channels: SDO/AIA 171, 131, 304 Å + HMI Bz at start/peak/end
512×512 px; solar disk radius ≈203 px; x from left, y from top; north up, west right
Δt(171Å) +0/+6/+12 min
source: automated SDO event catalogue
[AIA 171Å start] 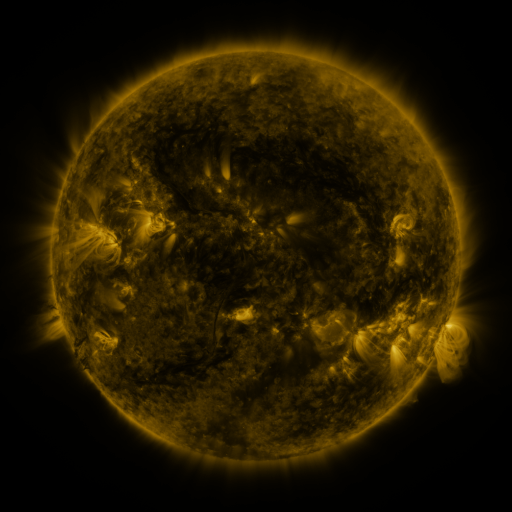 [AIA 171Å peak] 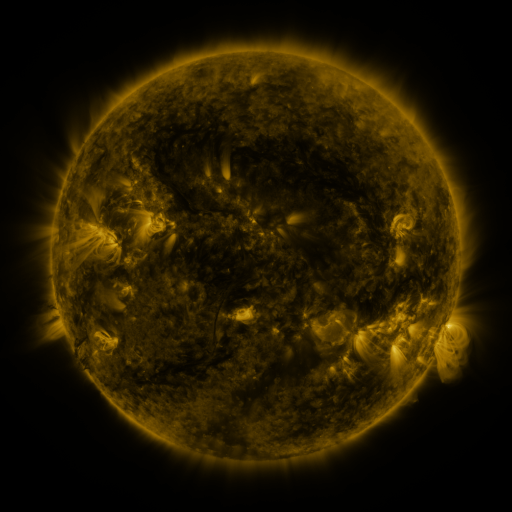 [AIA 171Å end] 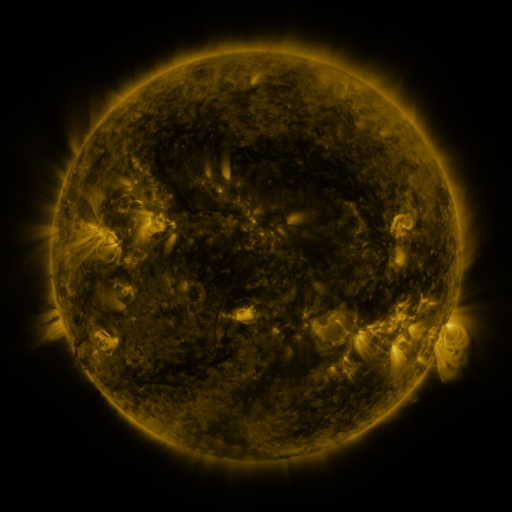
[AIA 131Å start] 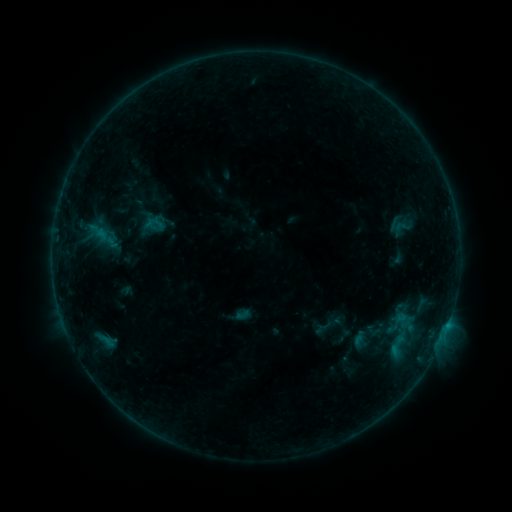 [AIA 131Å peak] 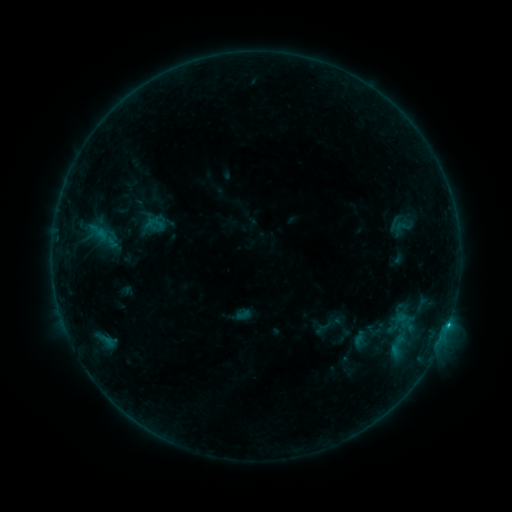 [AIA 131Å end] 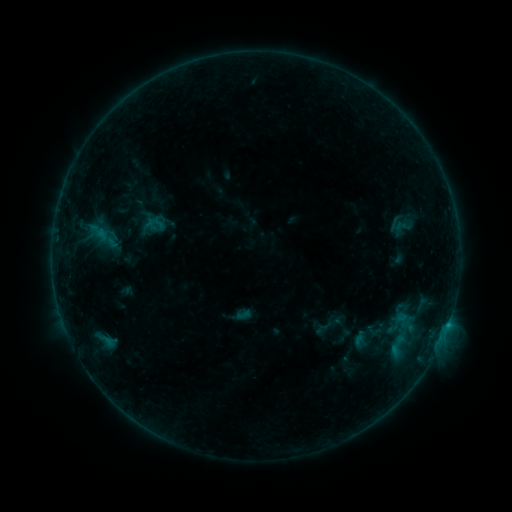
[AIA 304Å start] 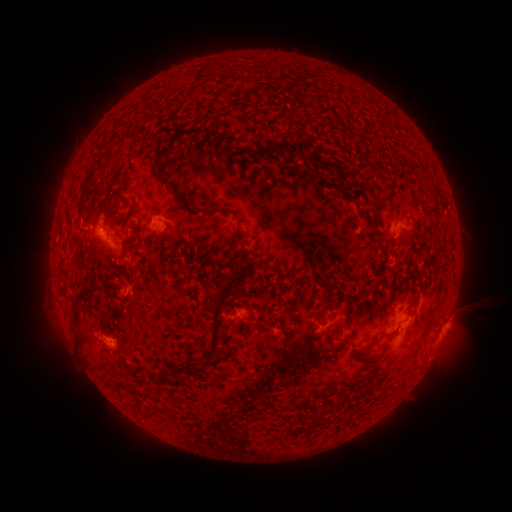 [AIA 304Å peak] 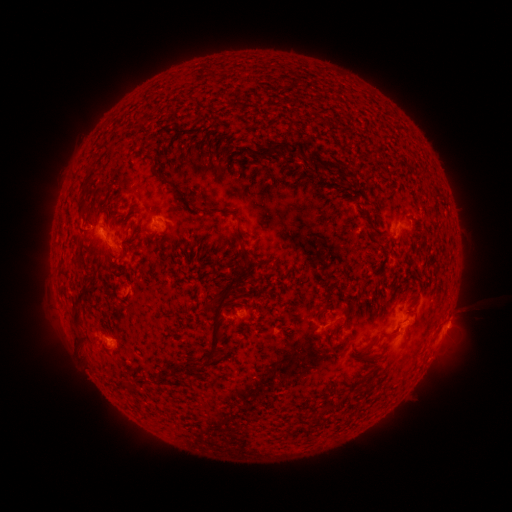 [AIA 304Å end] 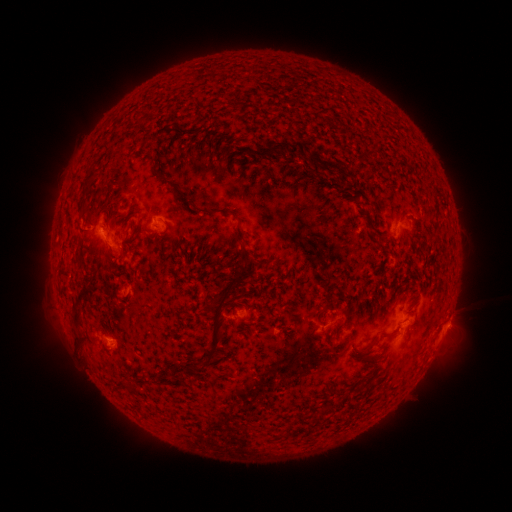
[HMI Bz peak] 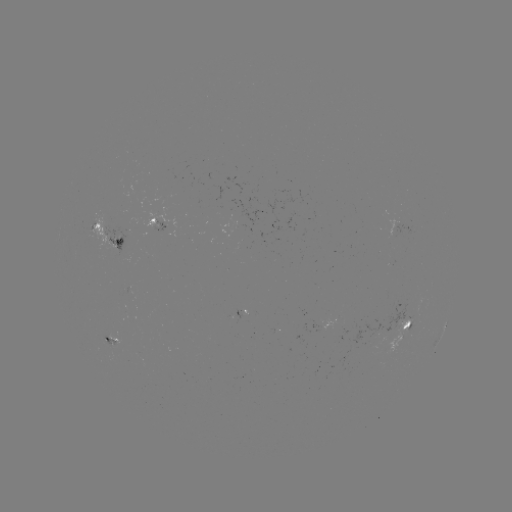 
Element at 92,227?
B5.6 flare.